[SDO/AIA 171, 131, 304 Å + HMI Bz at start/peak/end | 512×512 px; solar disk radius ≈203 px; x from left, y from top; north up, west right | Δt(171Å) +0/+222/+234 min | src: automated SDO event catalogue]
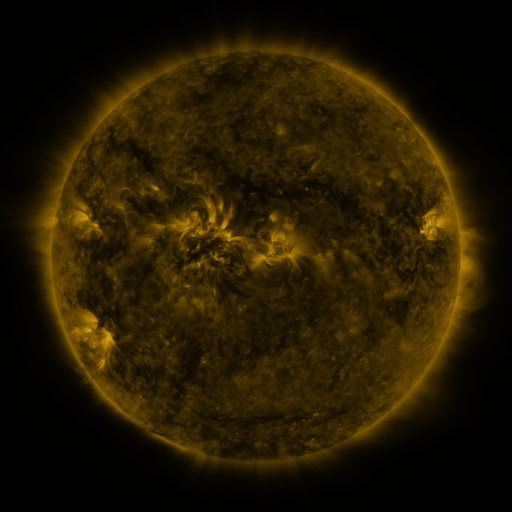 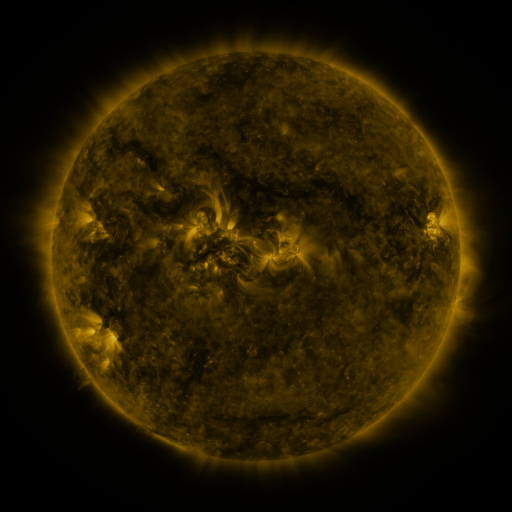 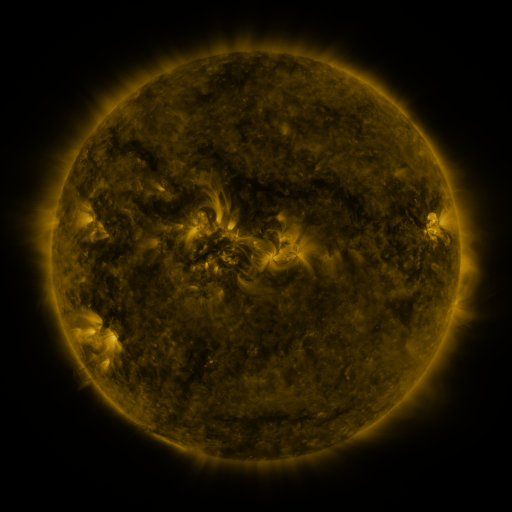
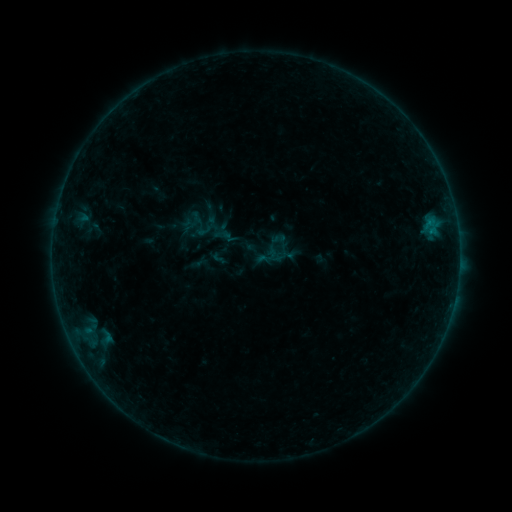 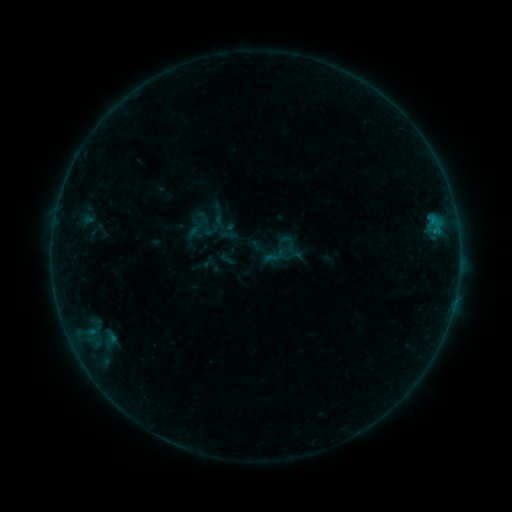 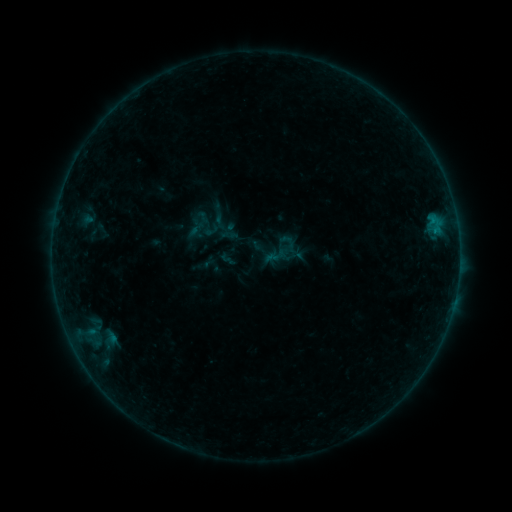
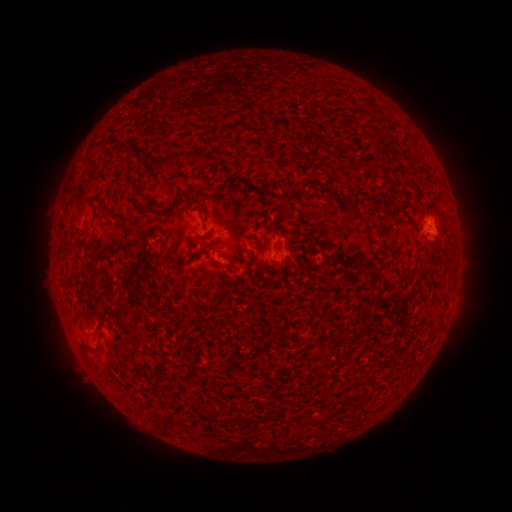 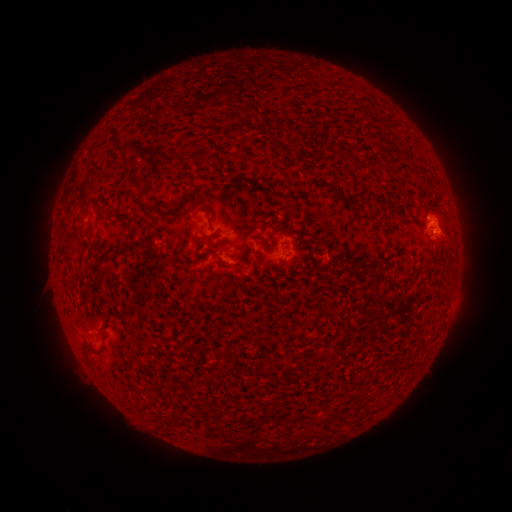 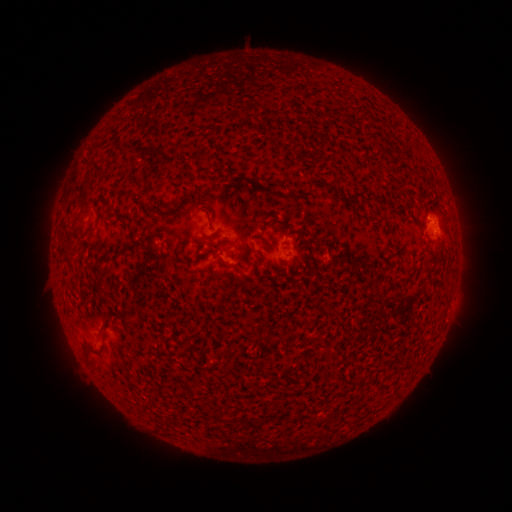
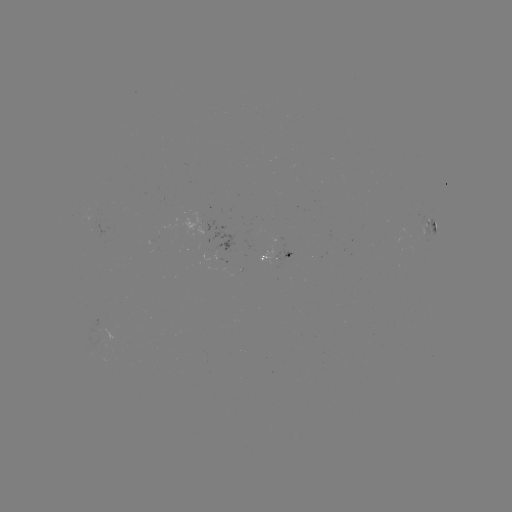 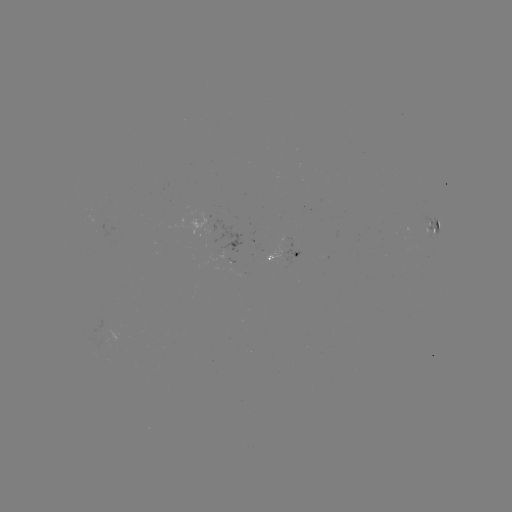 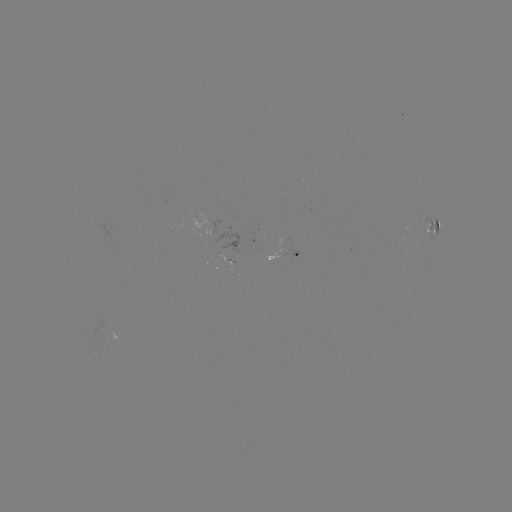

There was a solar emerging-flux region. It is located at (100, 330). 